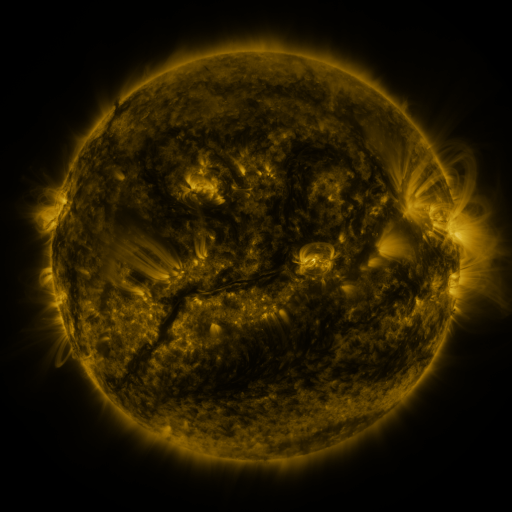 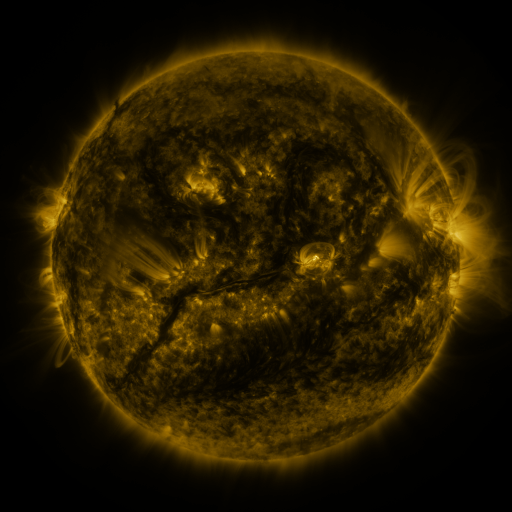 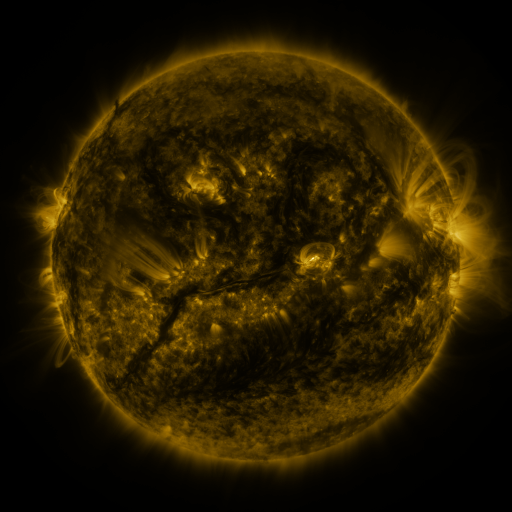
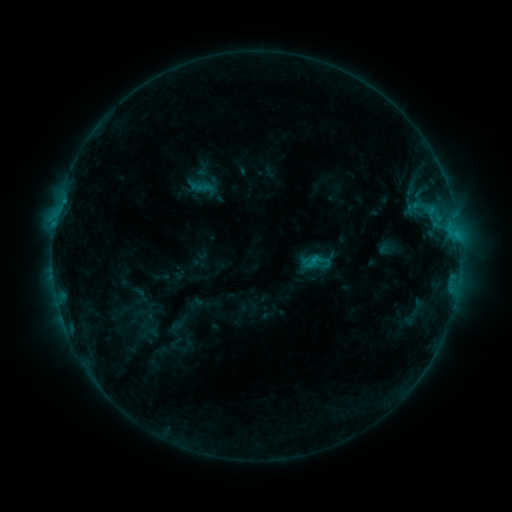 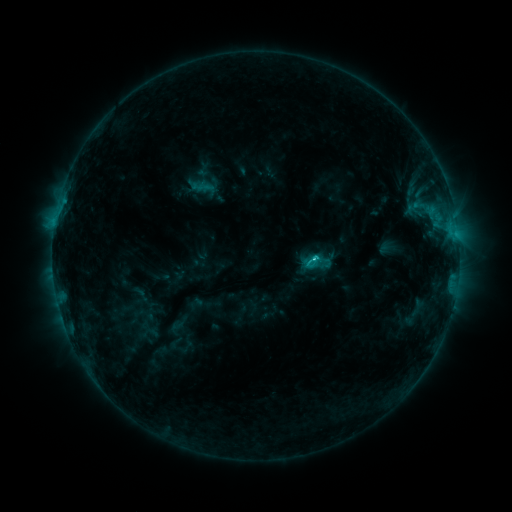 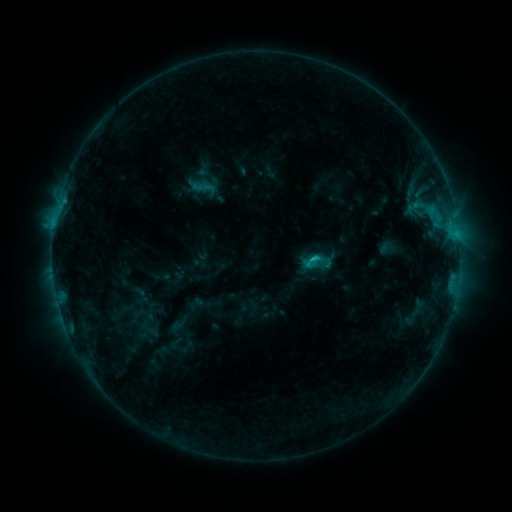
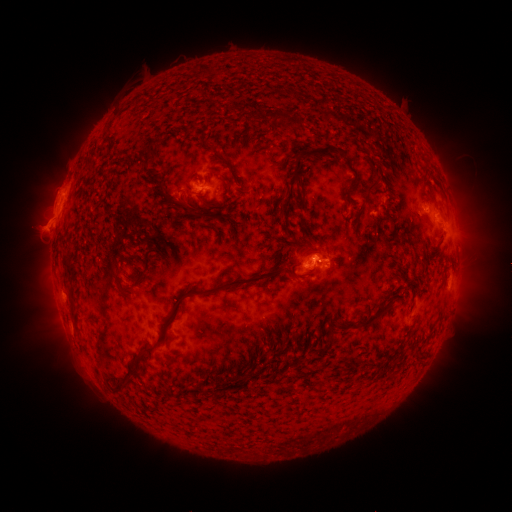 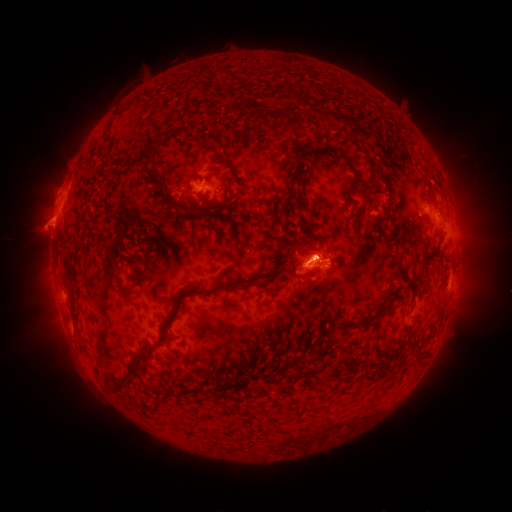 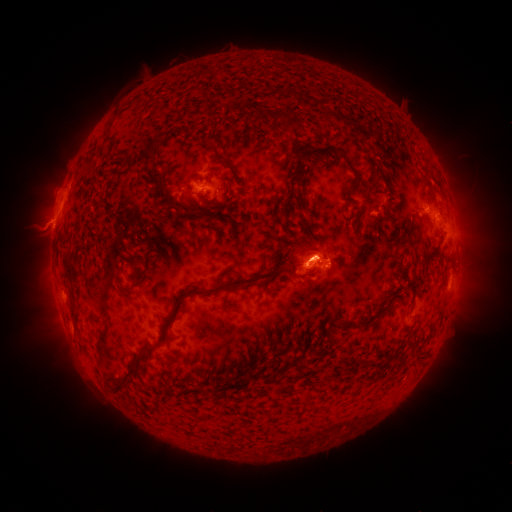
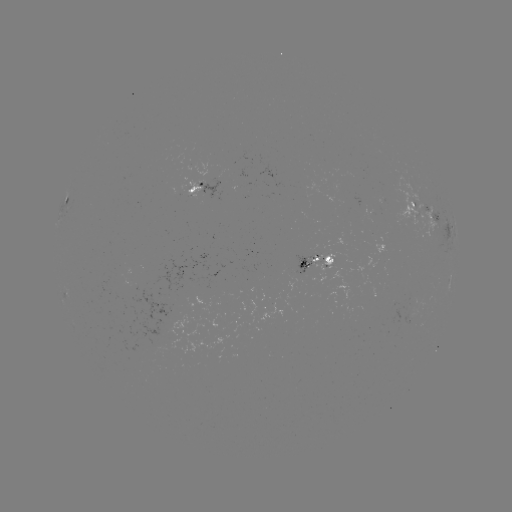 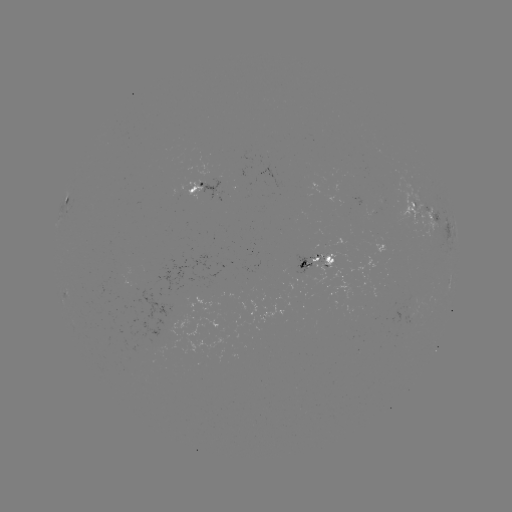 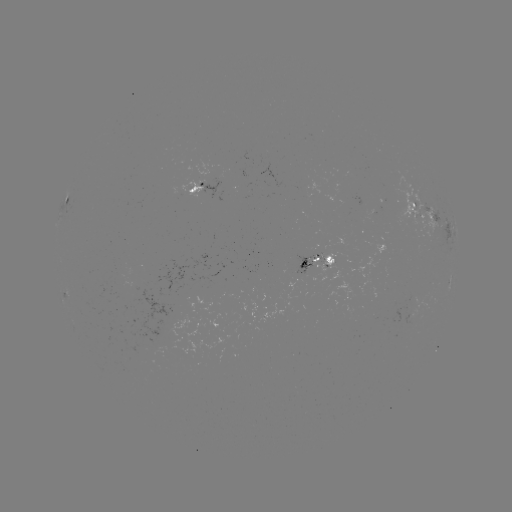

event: eruption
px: (50, 224)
